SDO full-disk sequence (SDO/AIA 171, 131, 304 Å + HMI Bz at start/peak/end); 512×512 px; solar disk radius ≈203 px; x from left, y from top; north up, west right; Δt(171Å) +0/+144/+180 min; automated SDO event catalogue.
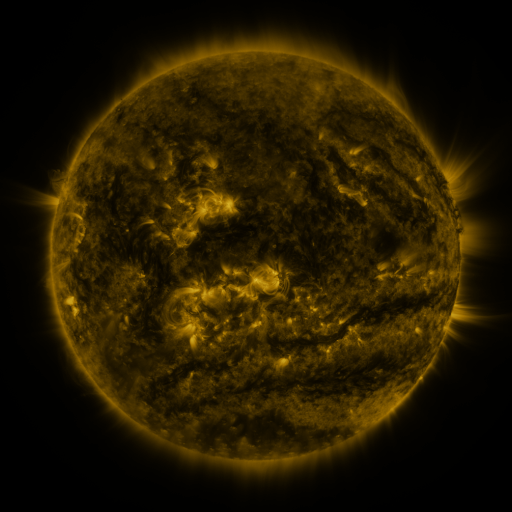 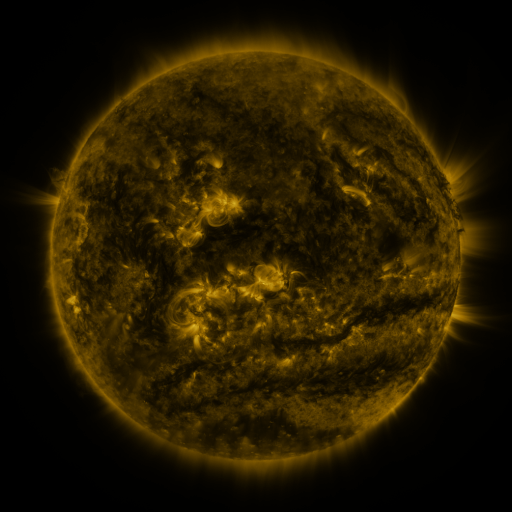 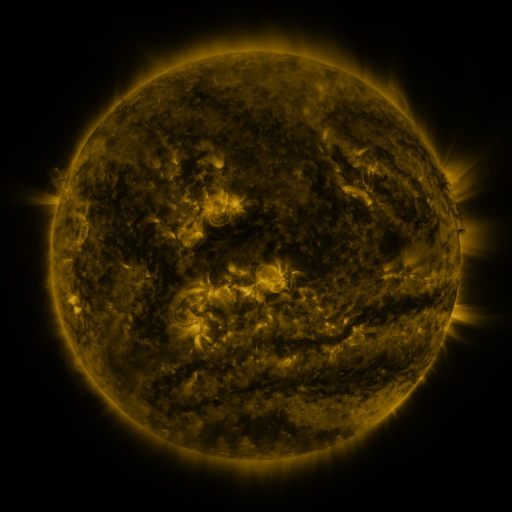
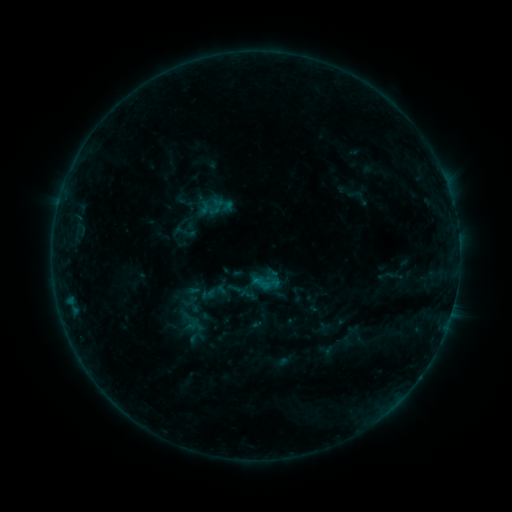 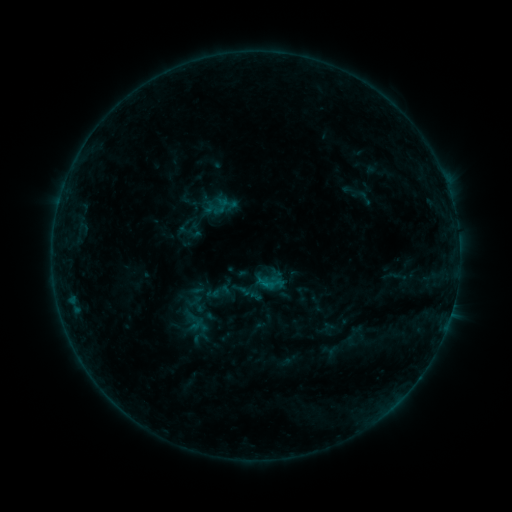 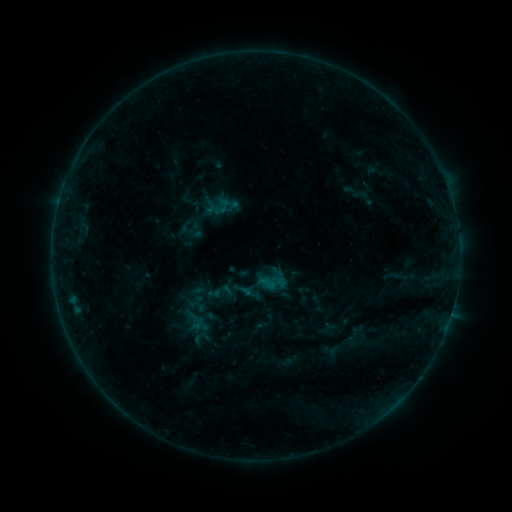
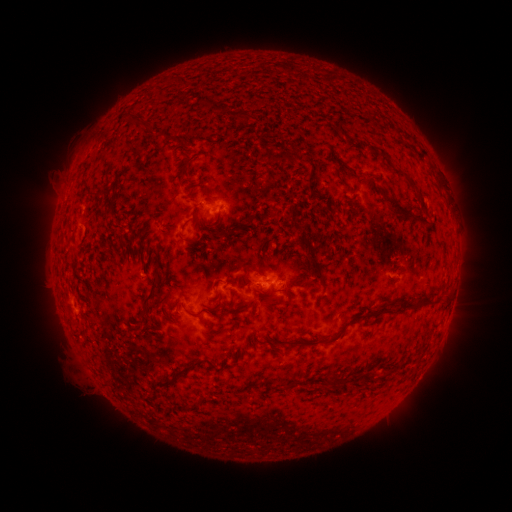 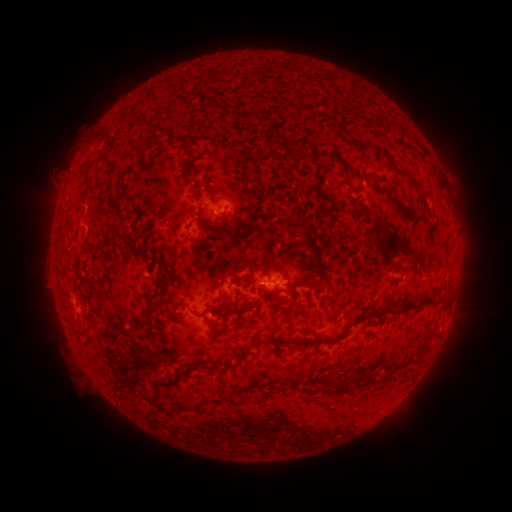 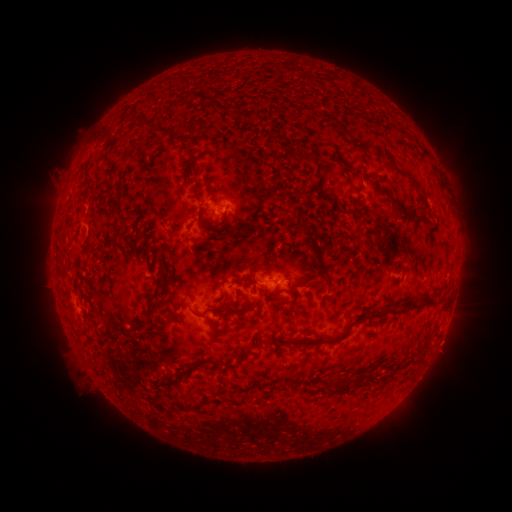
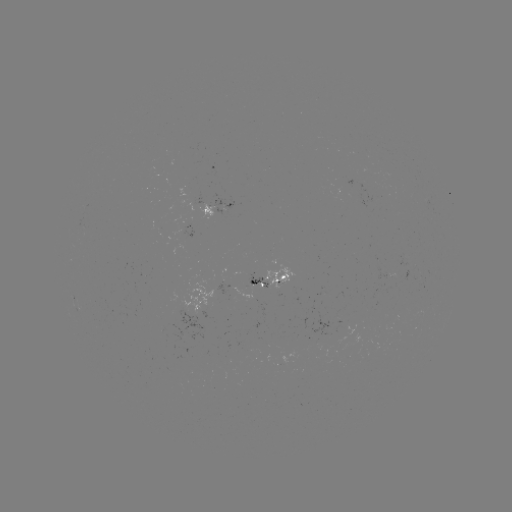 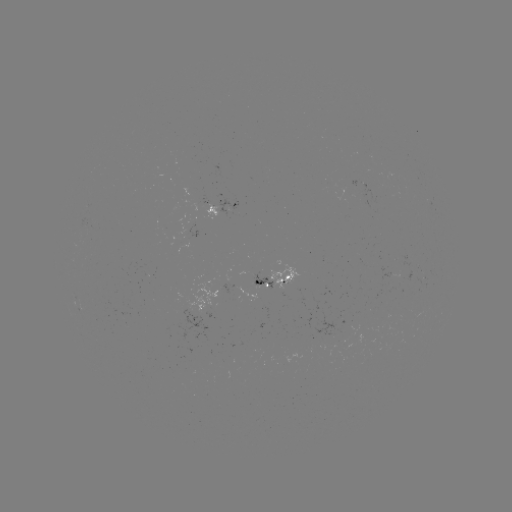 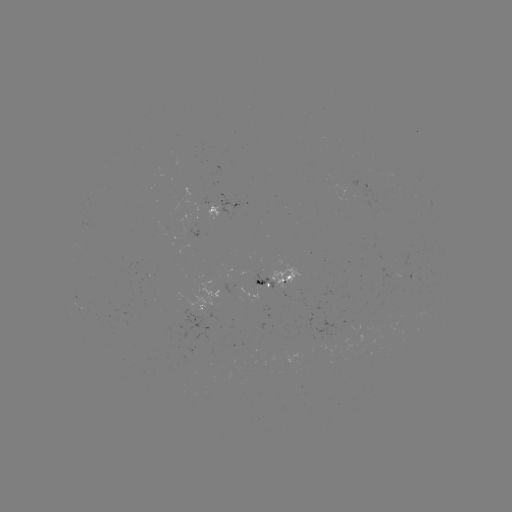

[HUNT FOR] emerging-flux region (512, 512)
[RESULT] (85, 227)